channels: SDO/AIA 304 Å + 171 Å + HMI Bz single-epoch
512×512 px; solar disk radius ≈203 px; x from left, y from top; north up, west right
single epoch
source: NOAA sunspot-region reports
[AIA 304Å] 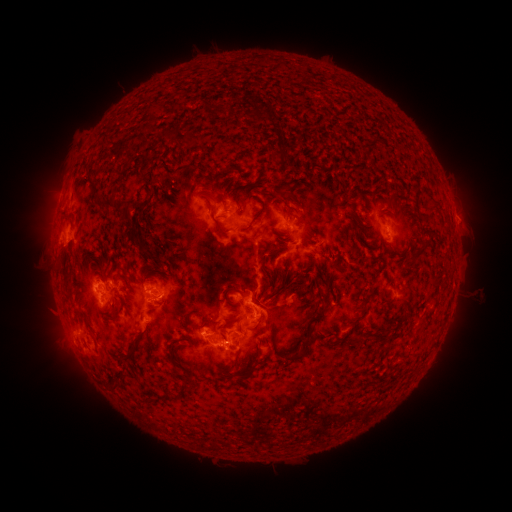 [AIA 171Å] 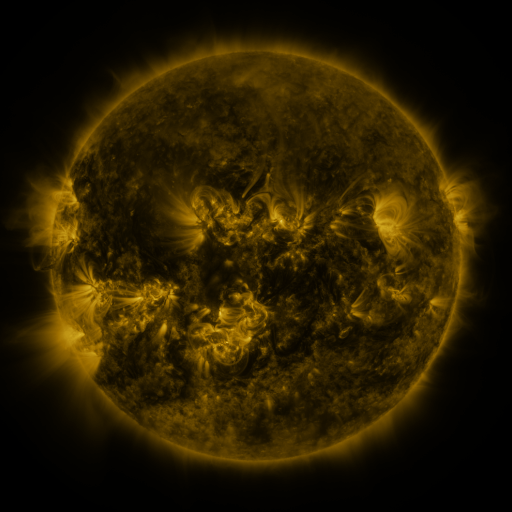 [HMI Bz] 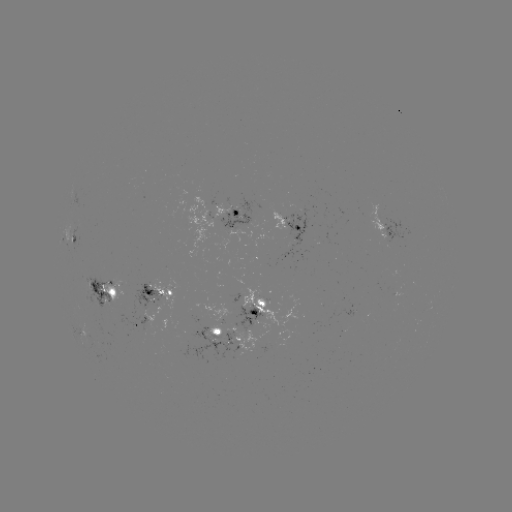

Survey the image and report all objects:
spotted active region: (228, 217)
spotted active region: (287, 224)
spotted active region: (384, 225)
spotted active region: (72, 243)
spotted active region: (103, 291)
spotted active region: (161, 294)
spotted active region: (259, 309)
spotted active region: (144, 324)
spotted active region: (222, 336)
